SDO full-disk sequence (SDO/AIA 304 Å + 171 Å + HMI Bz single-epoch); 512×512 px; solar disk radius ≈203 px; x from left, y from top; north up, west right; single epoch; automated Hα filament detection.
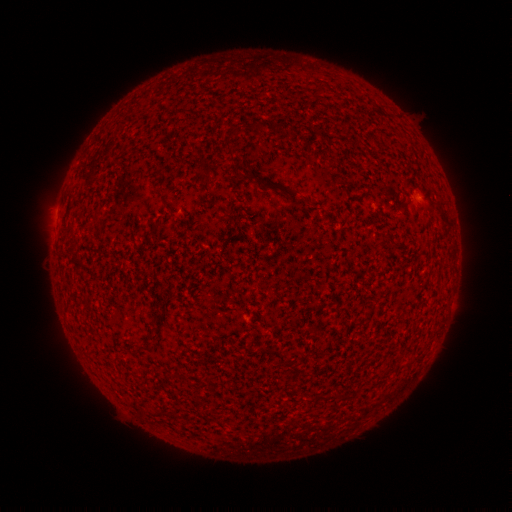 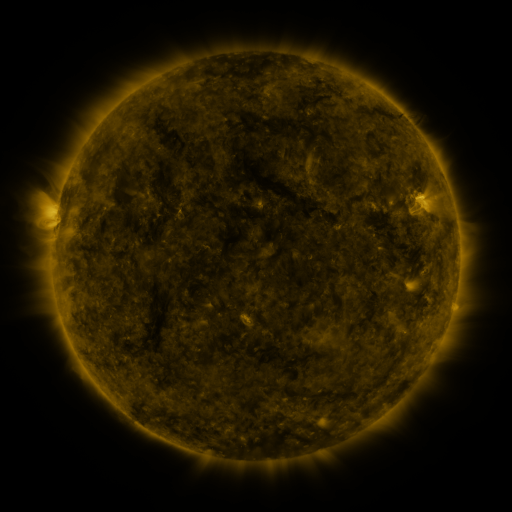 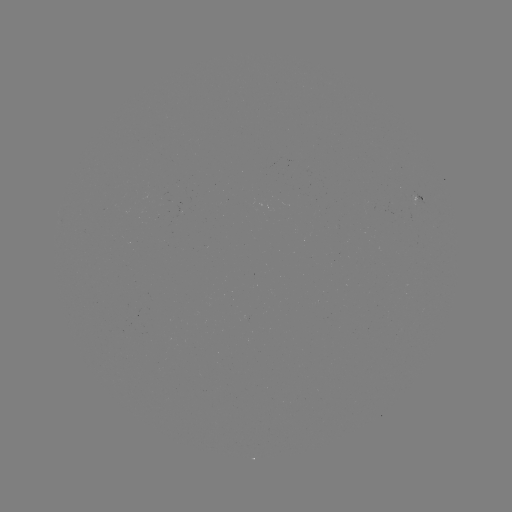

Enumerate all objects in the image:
filament: (311, 85, 326, 98)
filament: (270, 181, 284, 192)
filament: (149, 222, 159, 233)
filament: (270, 347, 287, 364)
filament: (314, 393, 331, 401)
